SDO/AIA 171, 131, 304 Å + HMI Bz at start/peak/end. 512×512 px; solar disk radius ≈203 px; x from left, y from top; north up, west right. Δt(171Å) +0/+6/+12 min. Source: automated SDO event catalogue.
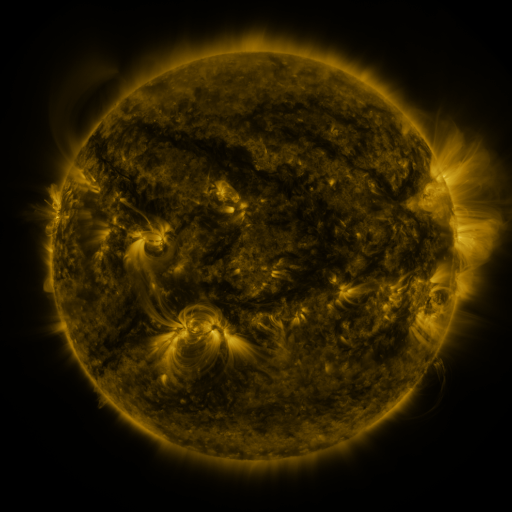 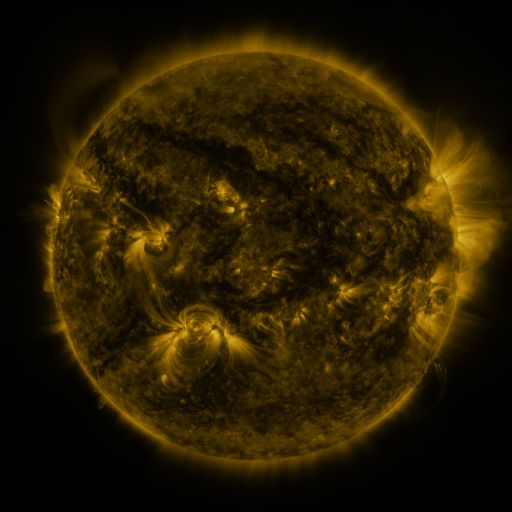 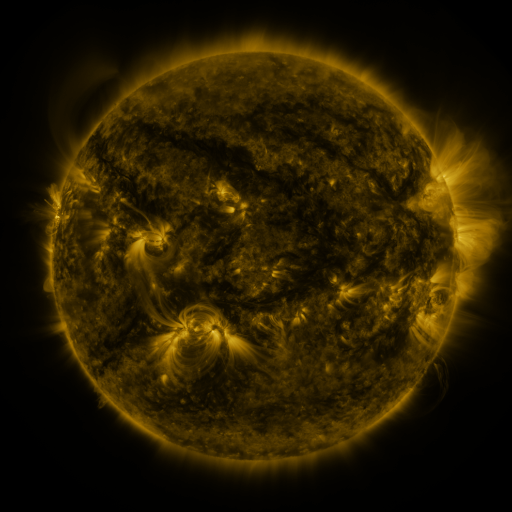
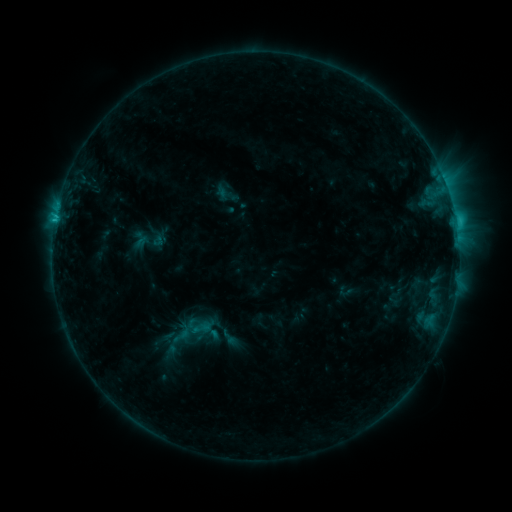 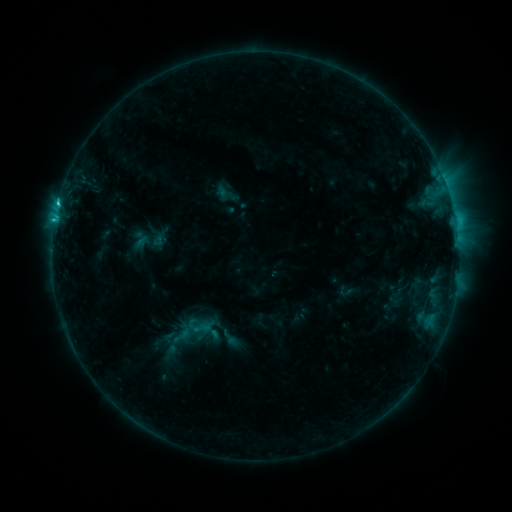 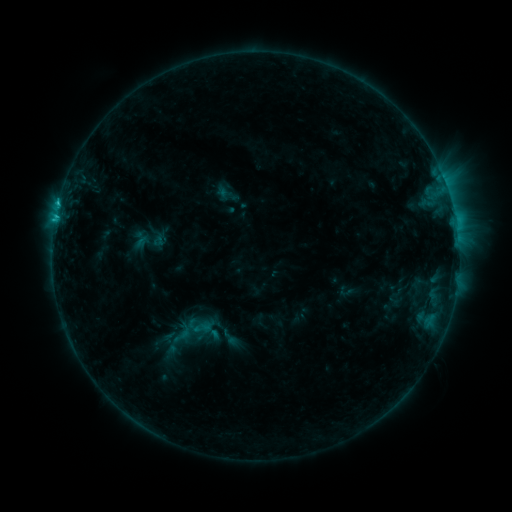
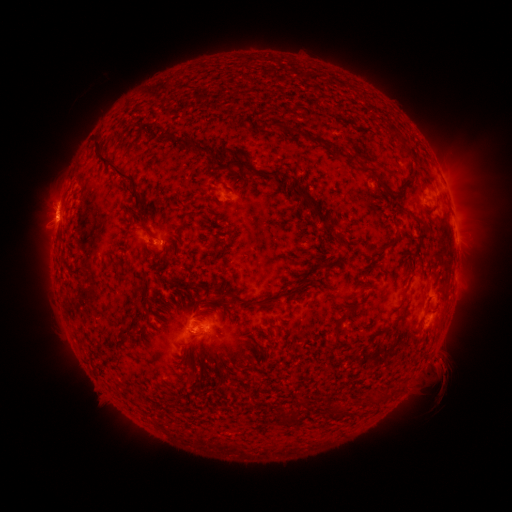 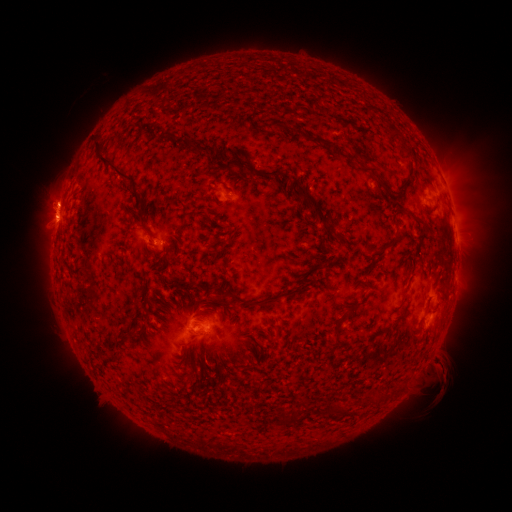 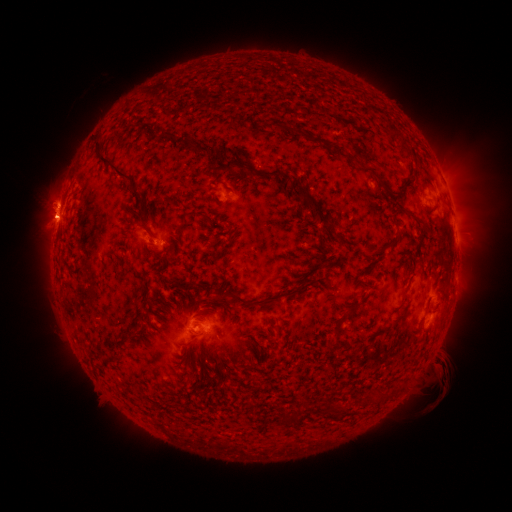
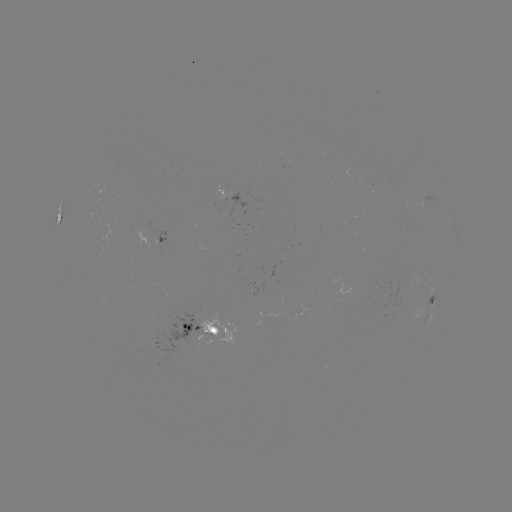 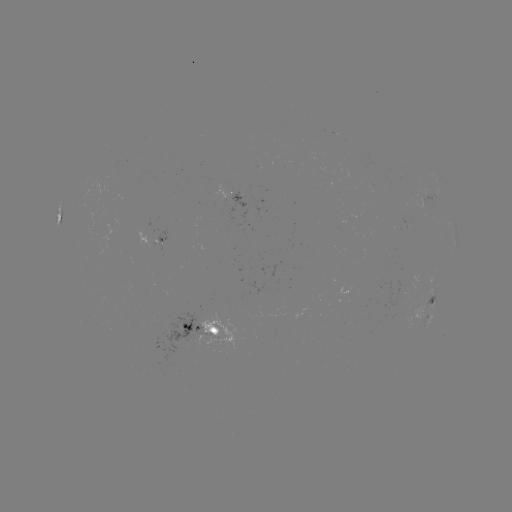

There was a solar flare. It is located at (60, 207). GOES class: C2.7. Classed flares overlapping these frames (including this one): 2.